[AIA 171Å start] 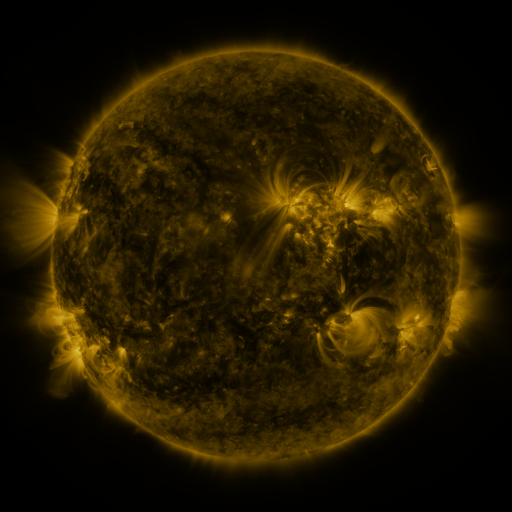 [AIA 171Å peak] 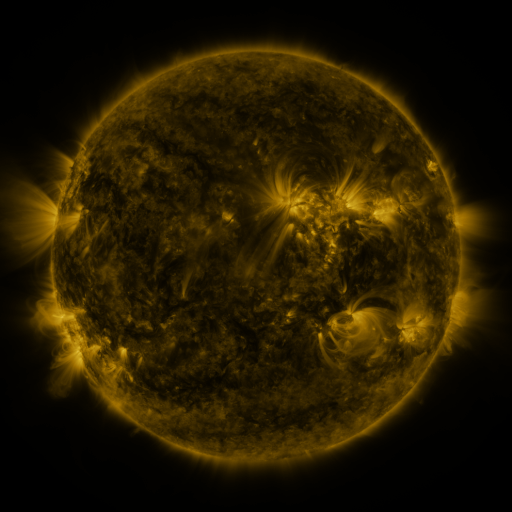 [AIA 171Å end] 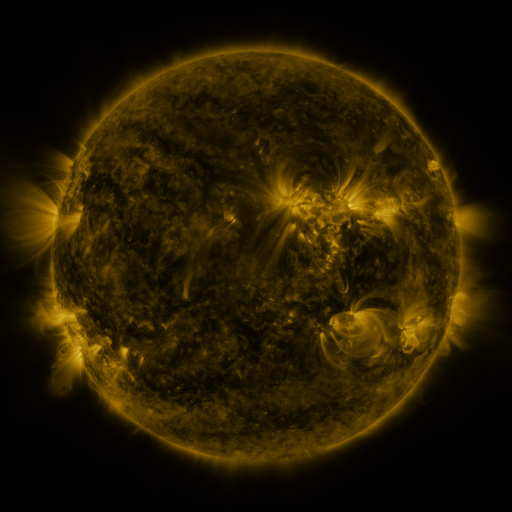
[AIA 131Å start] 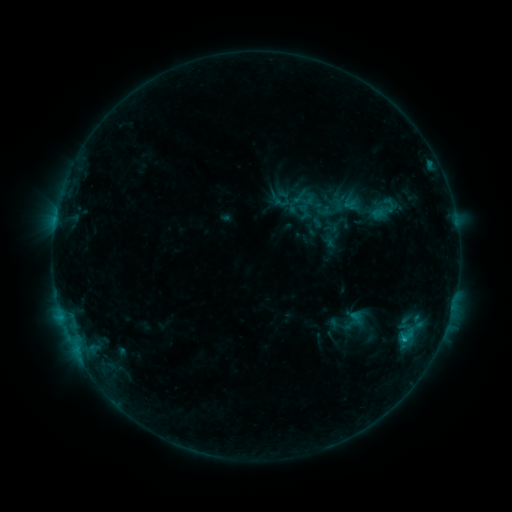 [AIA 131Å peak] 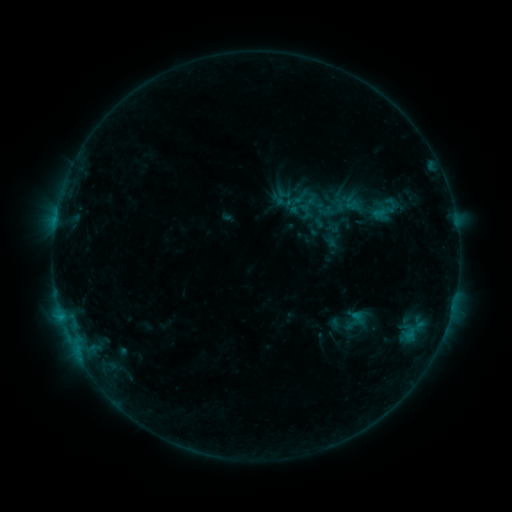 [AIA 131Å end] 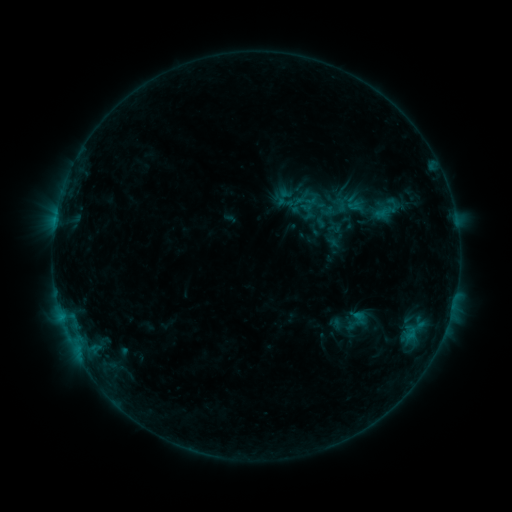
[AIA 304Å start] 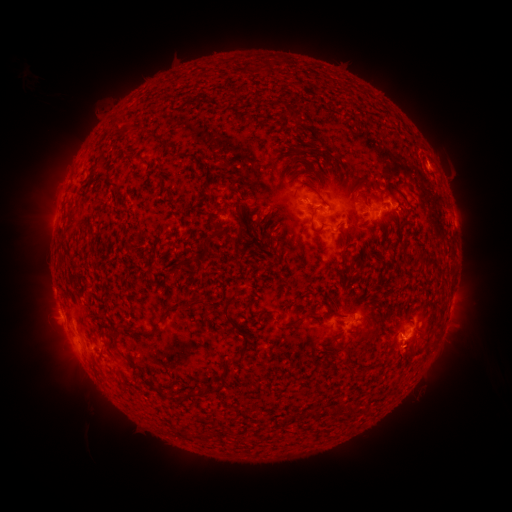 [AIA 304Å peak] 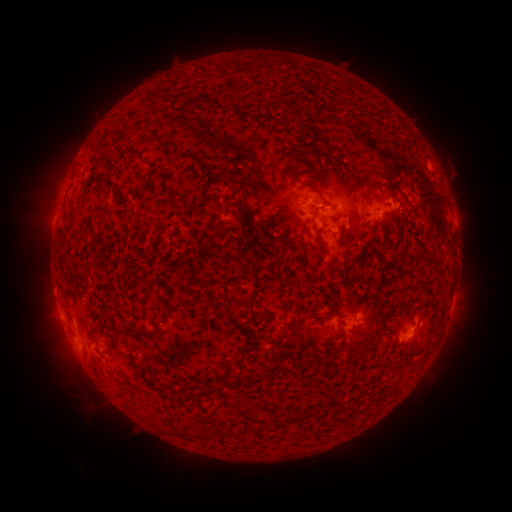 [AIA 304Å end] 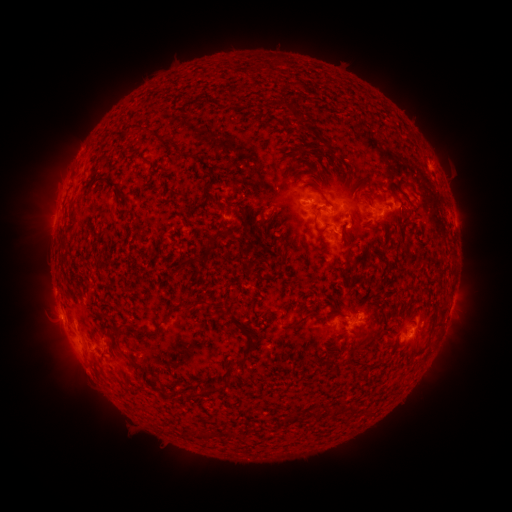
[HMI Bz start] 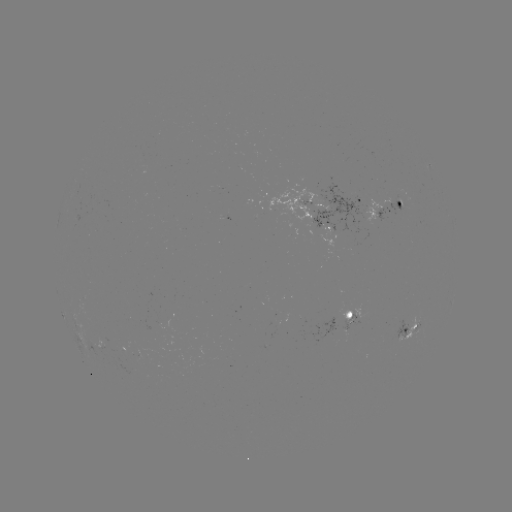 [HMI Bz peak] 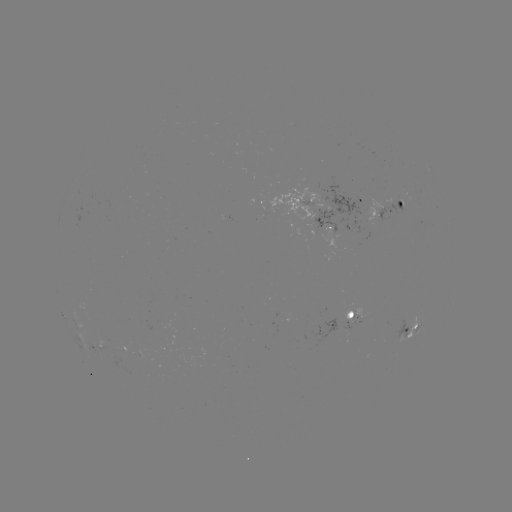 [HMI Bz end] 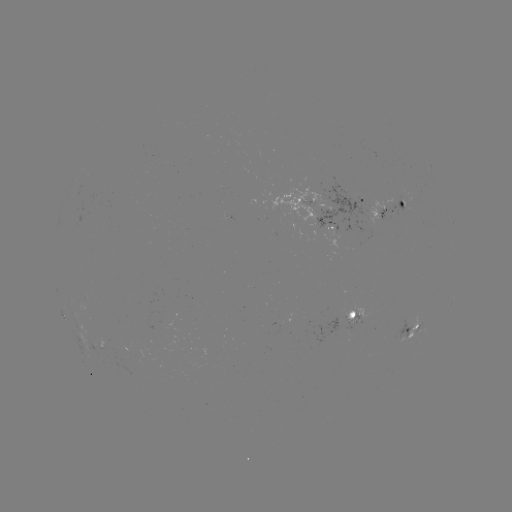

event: filament eruption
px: (60, 427)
